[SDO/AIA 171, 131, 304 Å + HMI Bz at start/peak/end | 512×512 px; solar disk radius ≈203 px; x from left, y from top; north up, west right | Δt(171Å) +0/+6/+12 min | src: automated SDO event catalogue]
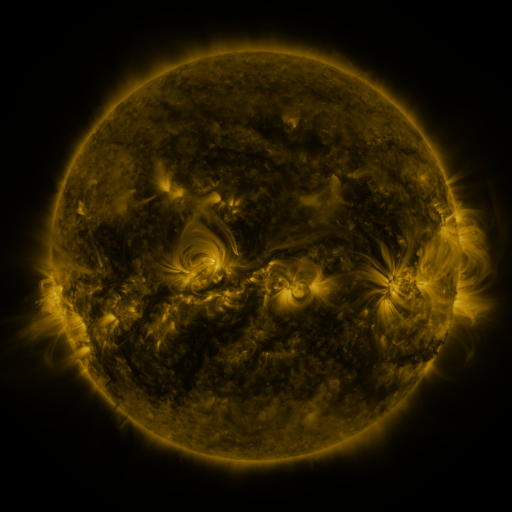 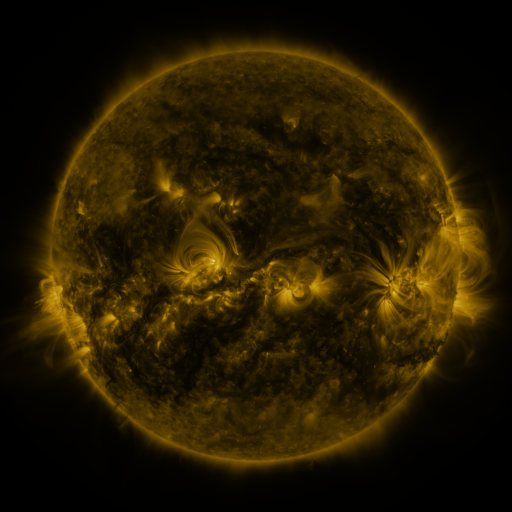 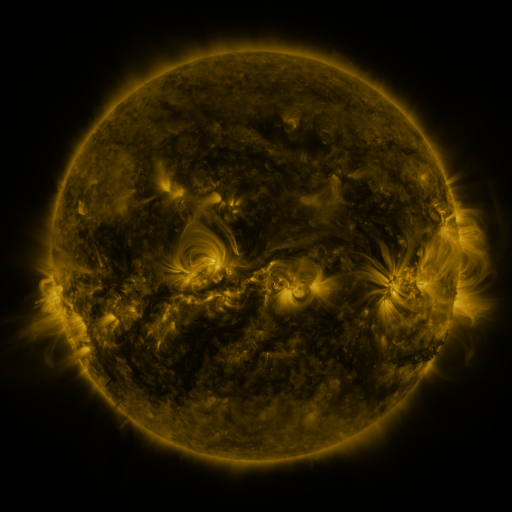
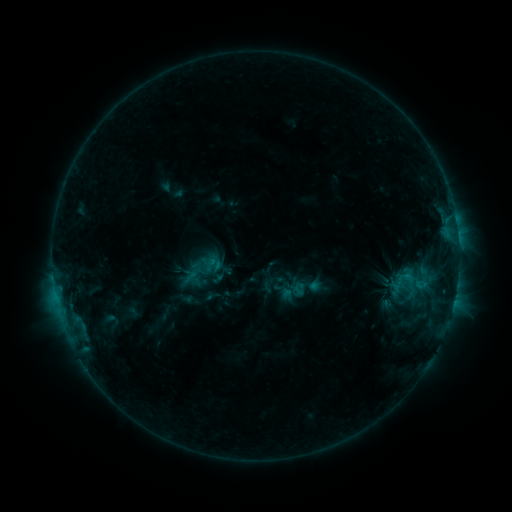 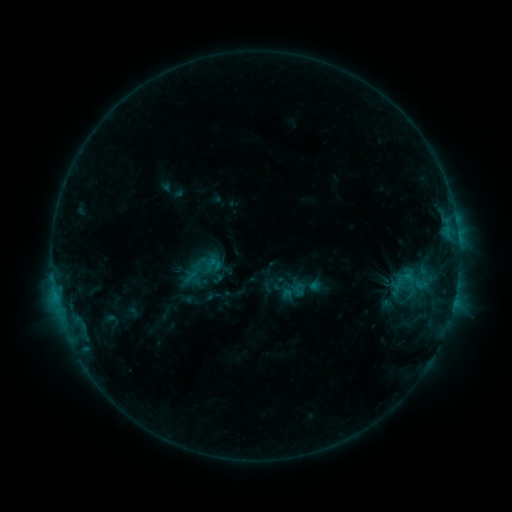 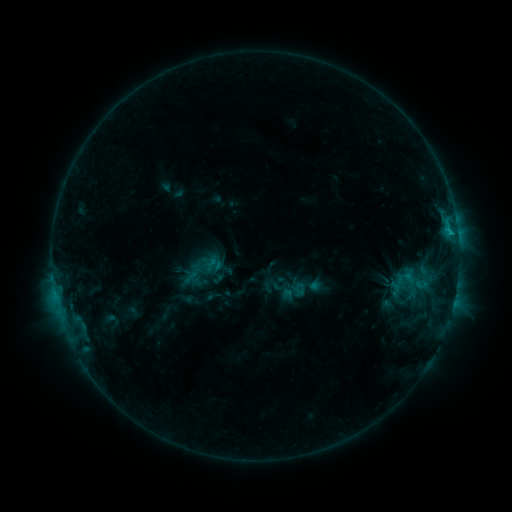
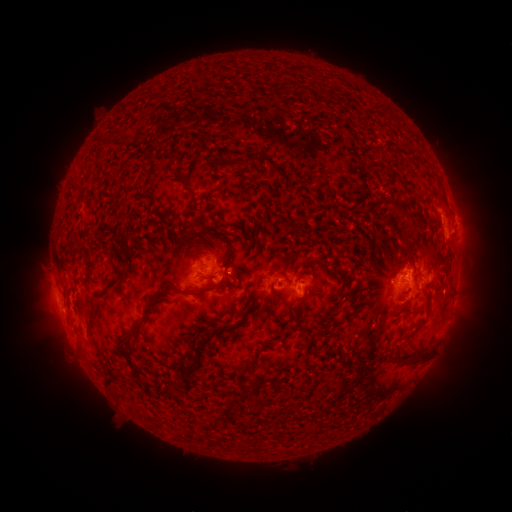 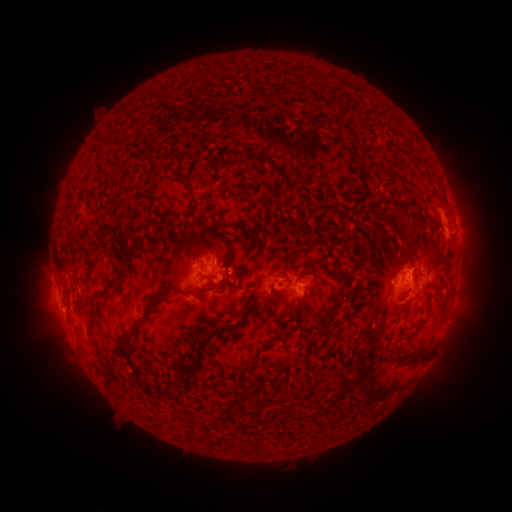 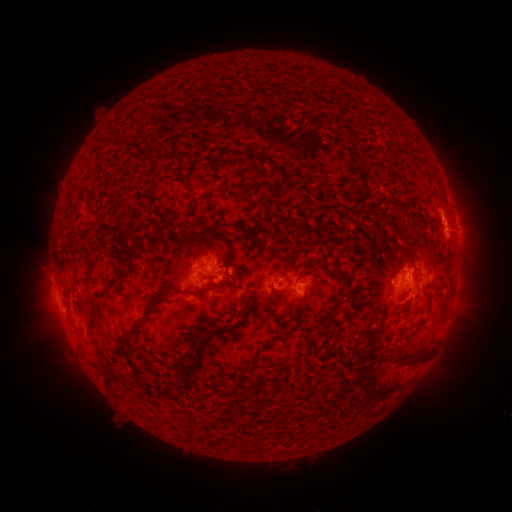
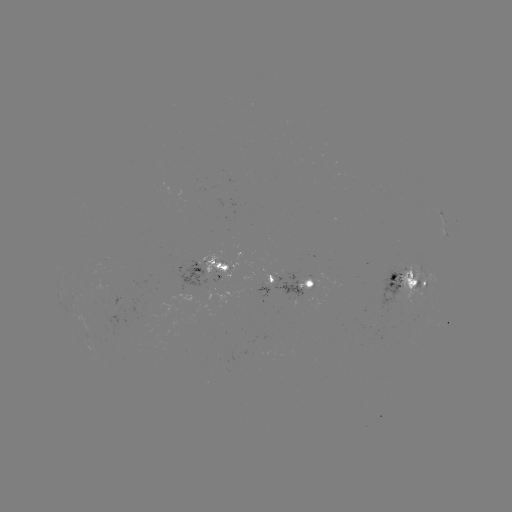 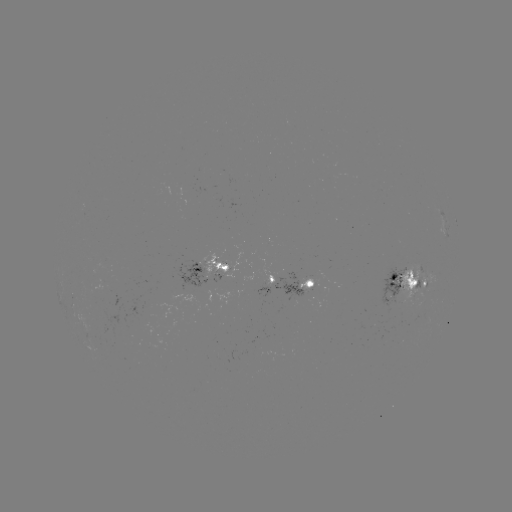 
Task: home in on eruption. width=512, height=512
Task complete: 455,225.